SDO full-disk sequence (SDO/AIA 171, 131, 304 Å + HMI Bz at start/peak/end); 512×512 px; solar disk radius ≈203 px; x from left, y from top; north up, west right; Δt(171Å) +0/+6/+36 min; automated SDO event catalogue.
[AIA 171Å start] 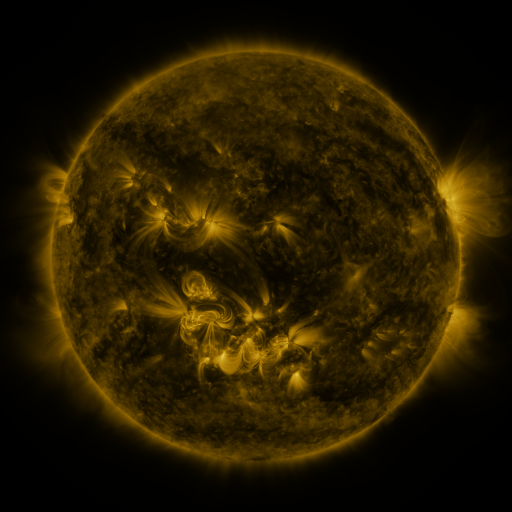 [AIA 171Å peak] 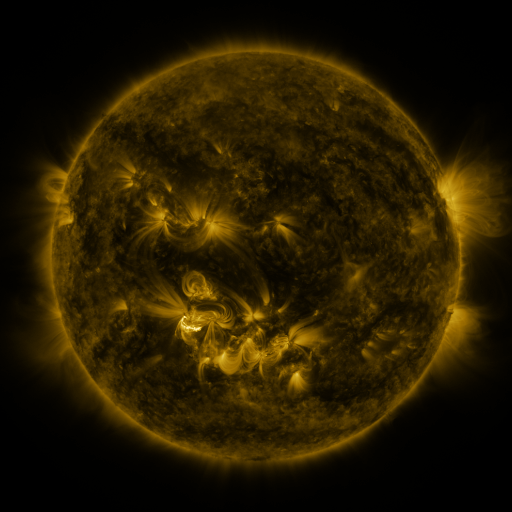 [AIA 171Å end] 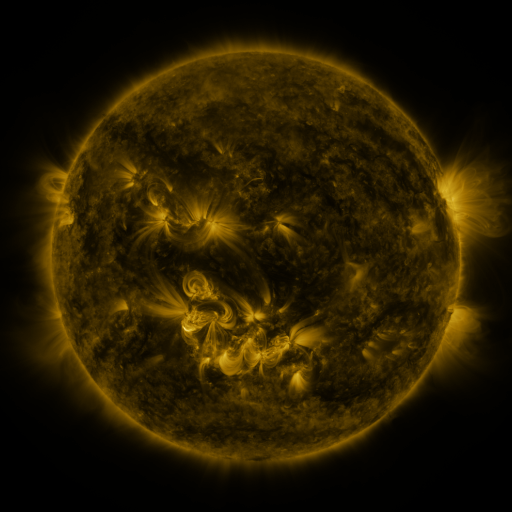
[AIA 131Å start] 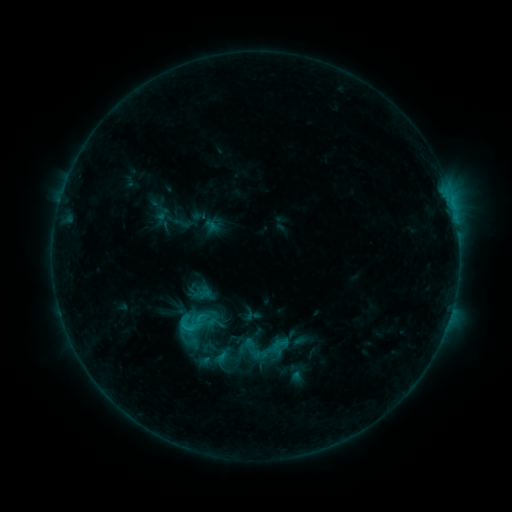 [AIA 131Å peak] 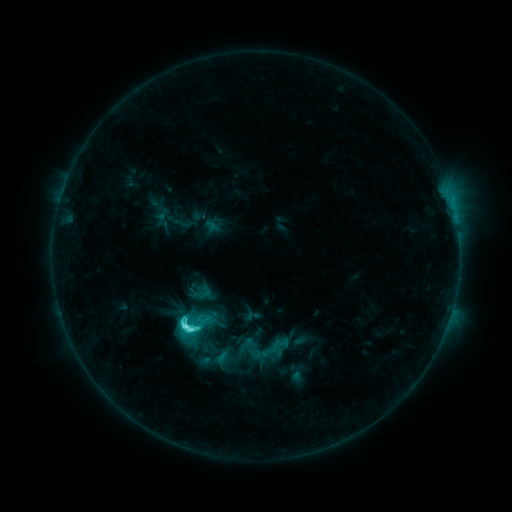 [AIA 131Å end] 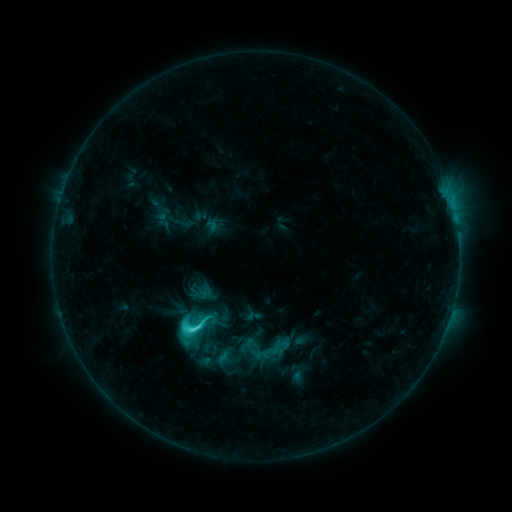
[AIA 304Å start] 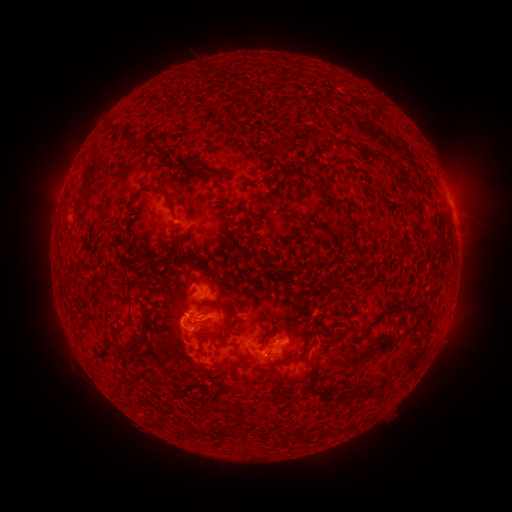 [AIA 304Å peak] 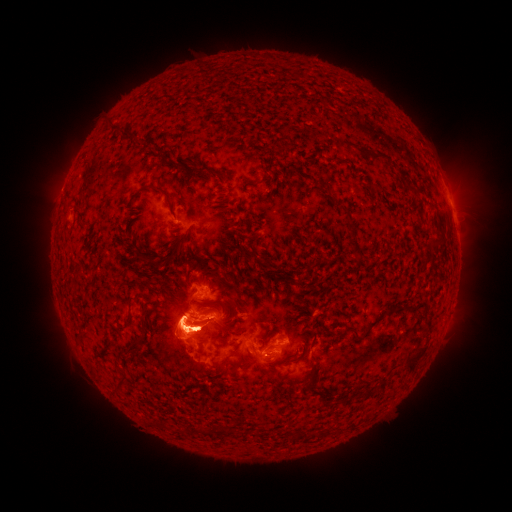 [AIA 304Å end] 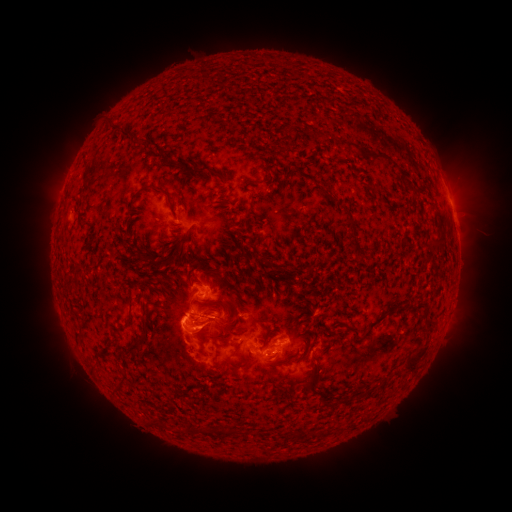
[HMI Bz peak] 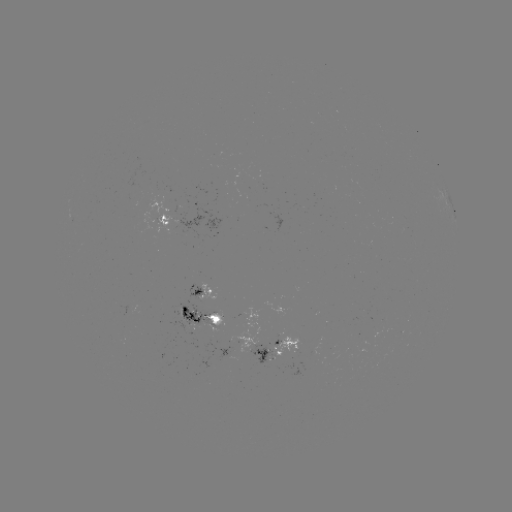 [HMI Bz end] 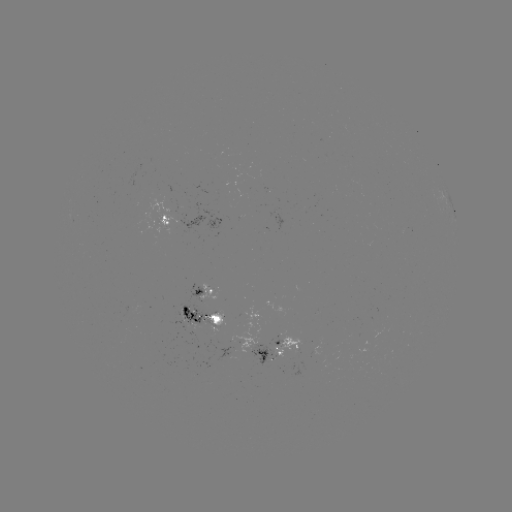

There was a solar flare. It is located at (186, 325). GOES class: C6.8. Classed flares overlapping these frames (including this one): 1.